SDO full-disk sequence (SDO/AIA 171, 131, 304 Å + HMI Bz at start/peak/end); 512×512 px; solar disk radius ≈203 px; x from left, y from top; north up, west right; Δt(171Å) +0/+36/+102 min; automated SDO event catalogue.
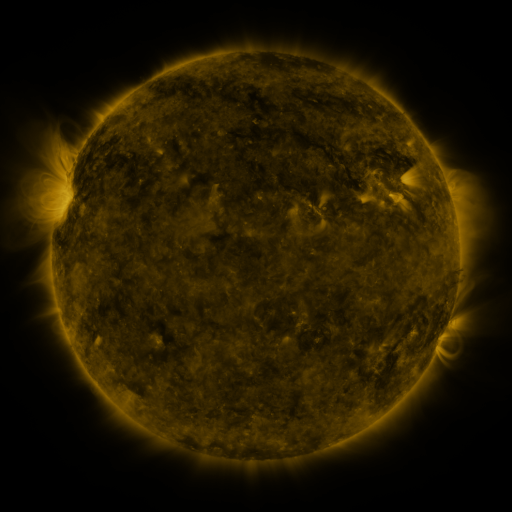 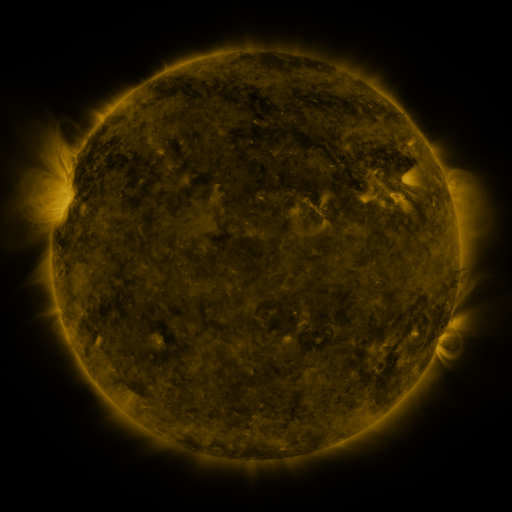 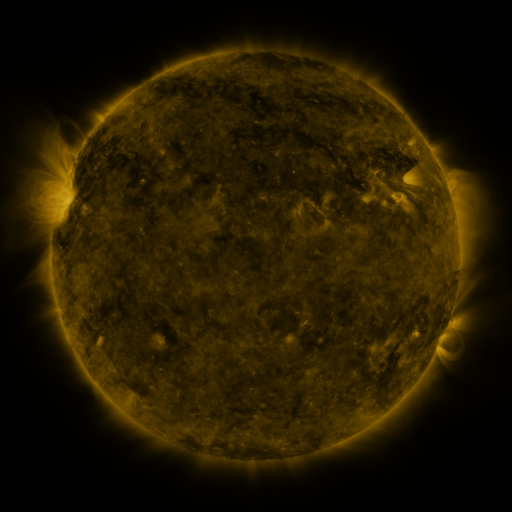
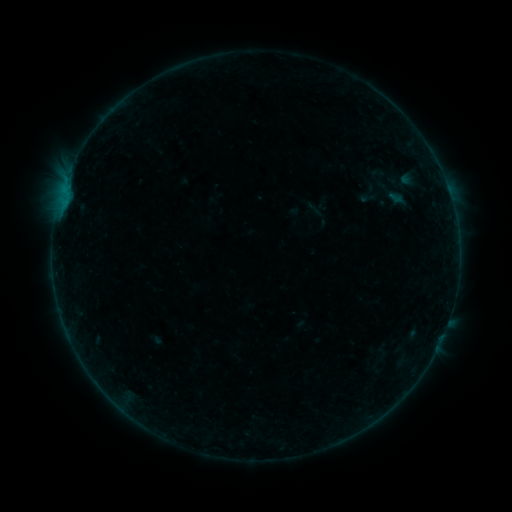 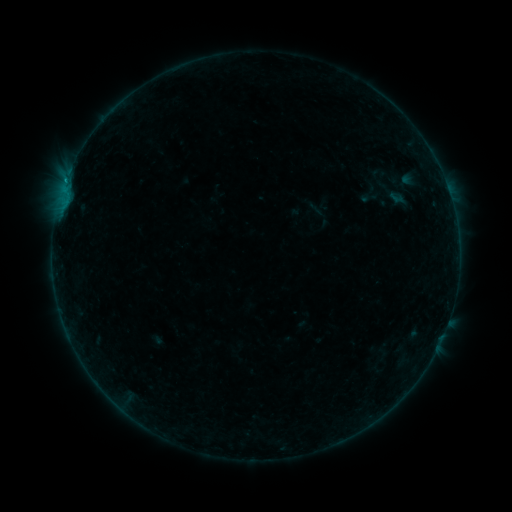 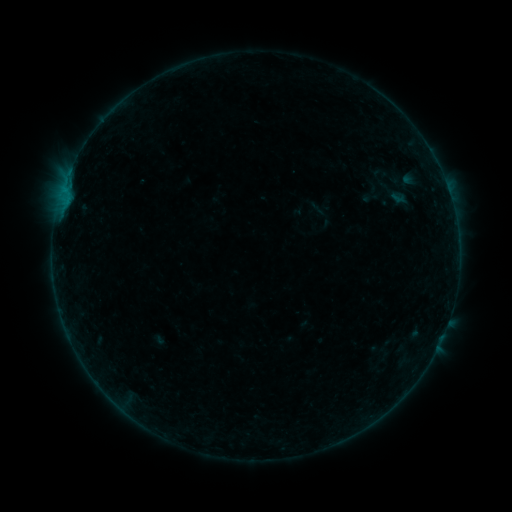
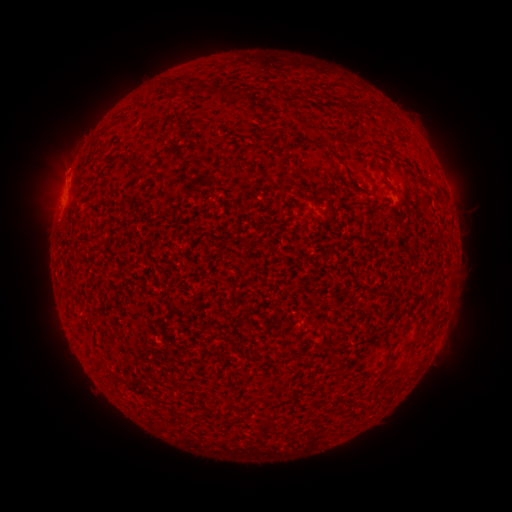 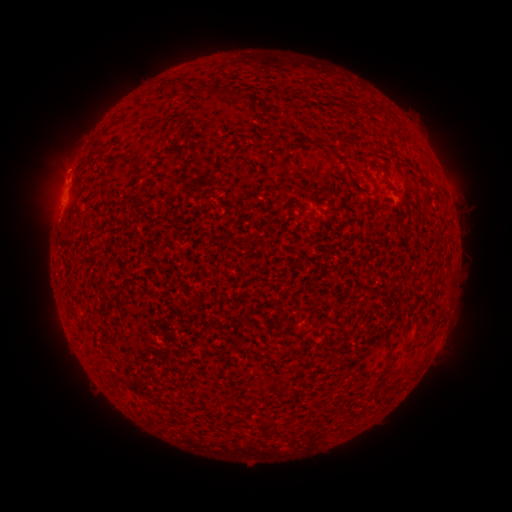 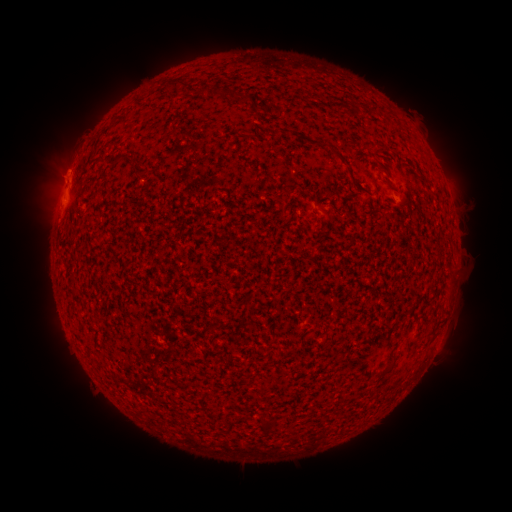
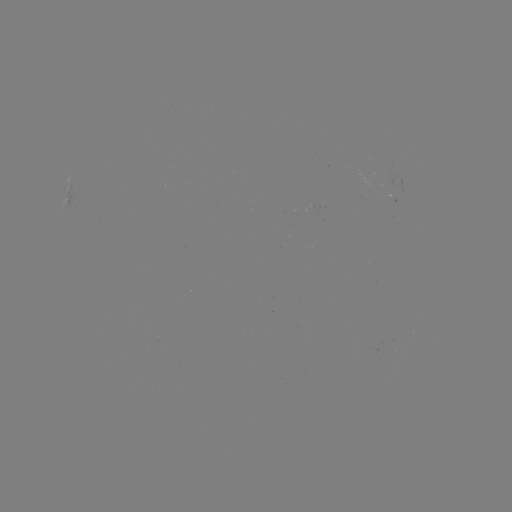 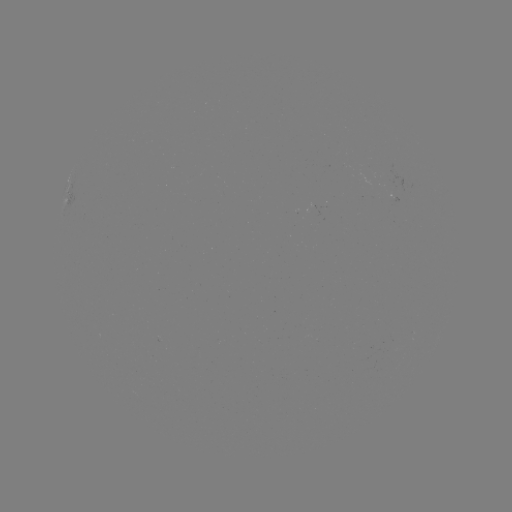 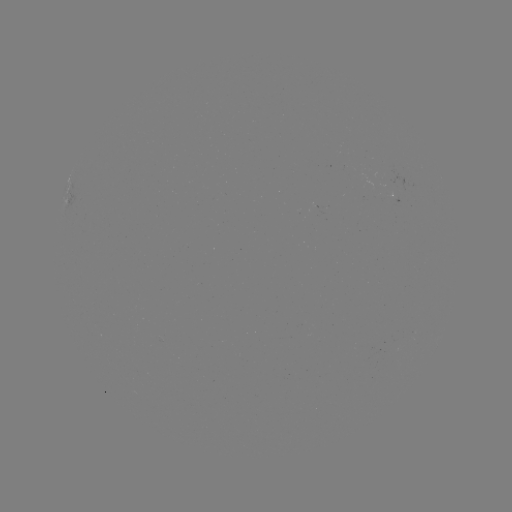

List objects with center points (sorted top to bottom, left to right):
B3.2 flare: (69, 177)
